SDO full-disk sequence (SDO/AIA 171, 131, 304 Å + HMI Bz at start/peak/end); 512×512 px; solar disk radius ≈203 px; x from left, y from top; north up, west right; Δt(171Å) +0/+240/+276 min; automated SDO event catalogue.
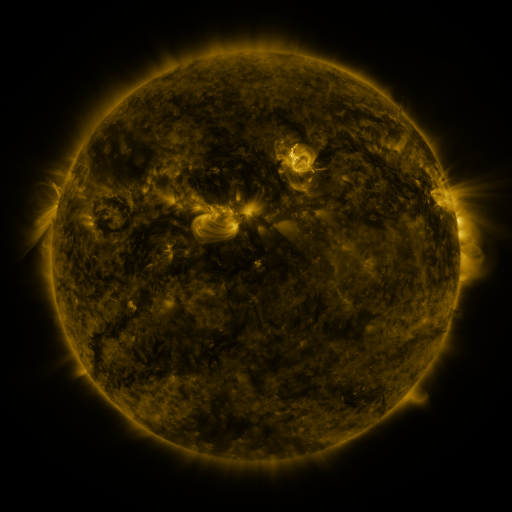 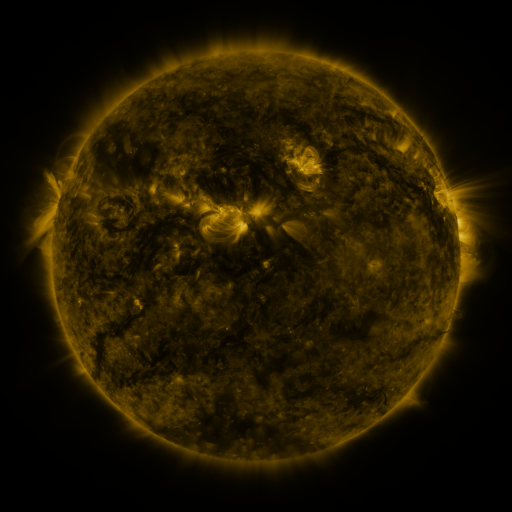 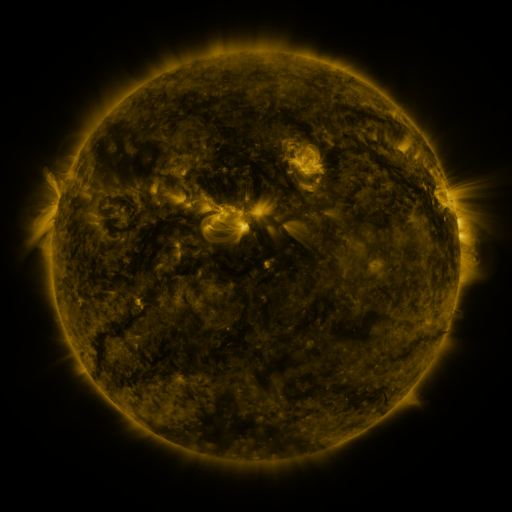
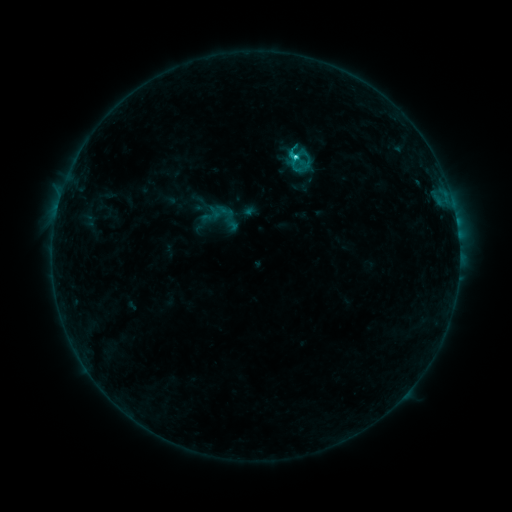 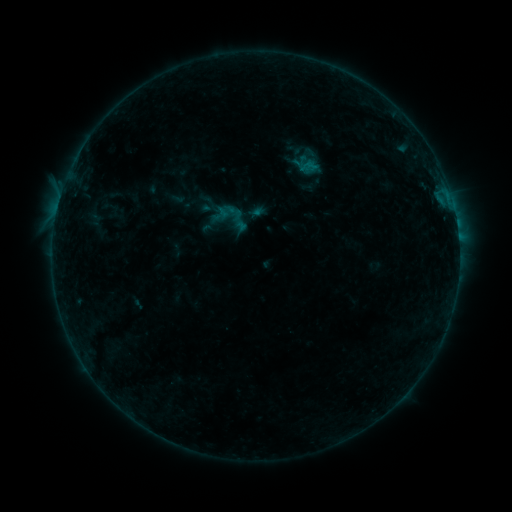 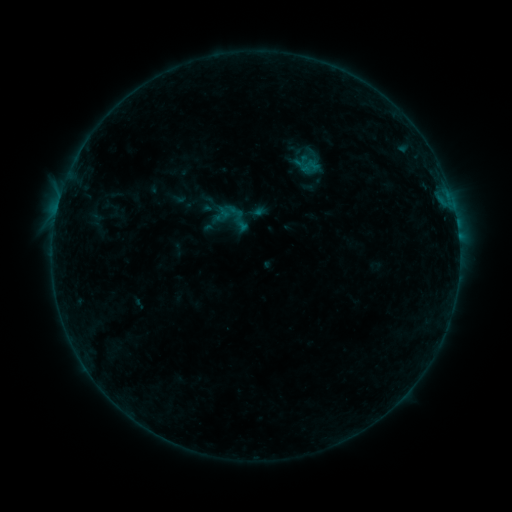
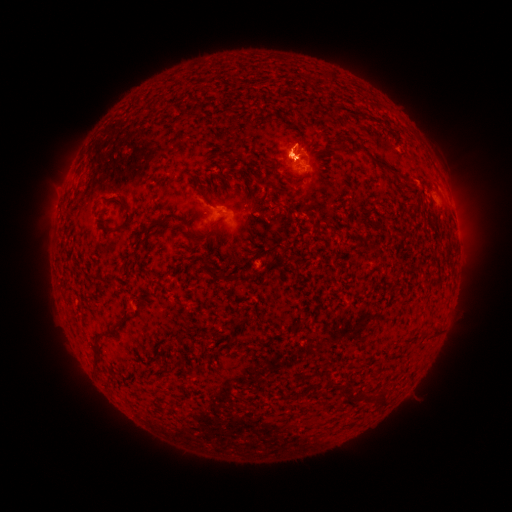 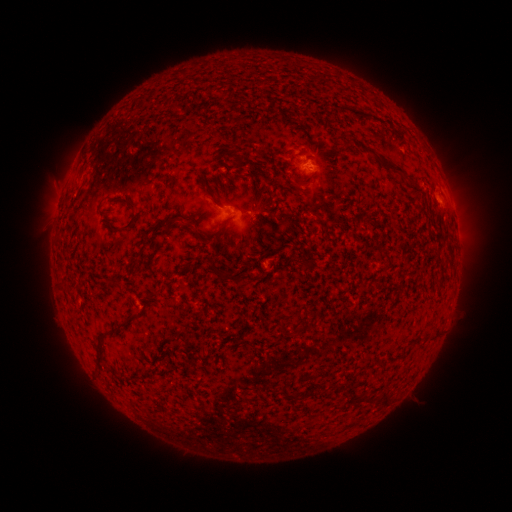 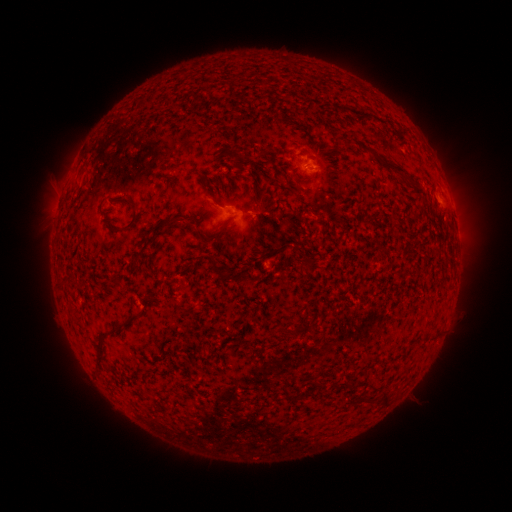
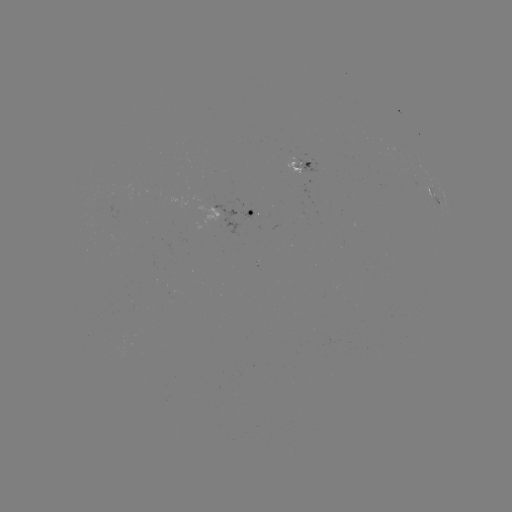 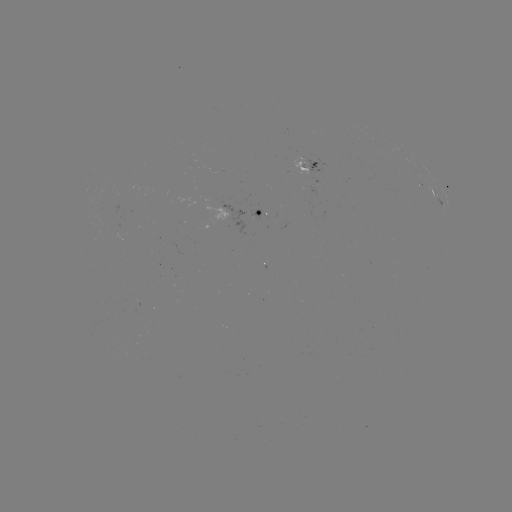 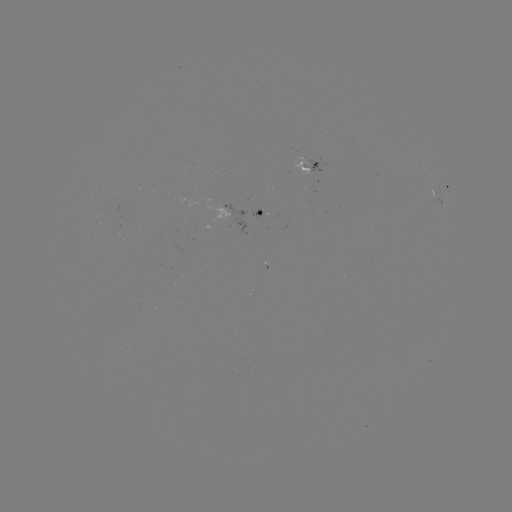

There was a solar emerging-flux region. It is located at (294, 162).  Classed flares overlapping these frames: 1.